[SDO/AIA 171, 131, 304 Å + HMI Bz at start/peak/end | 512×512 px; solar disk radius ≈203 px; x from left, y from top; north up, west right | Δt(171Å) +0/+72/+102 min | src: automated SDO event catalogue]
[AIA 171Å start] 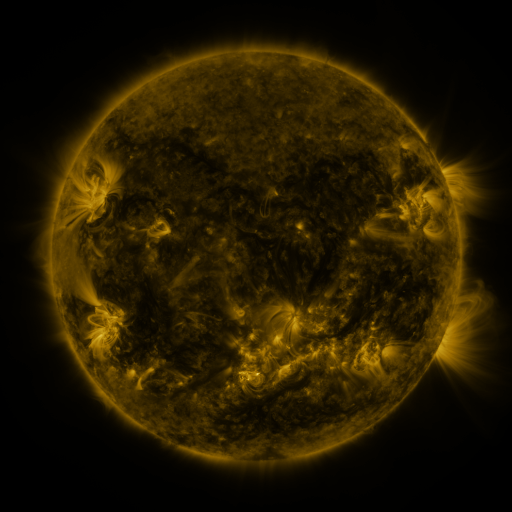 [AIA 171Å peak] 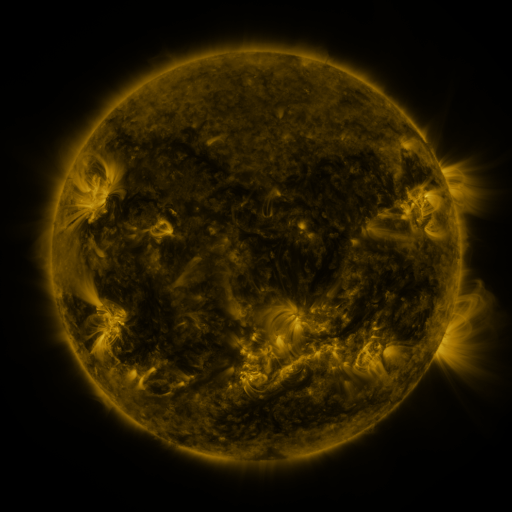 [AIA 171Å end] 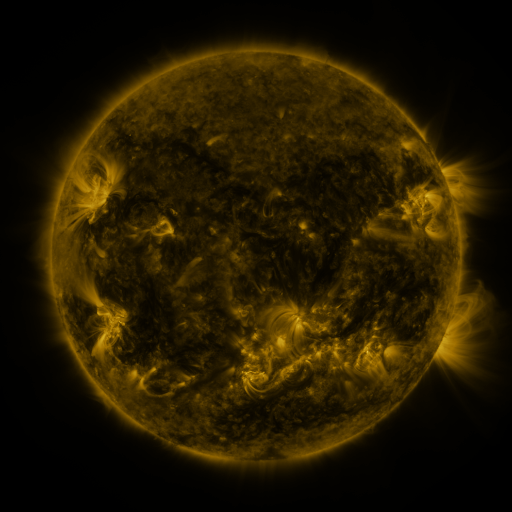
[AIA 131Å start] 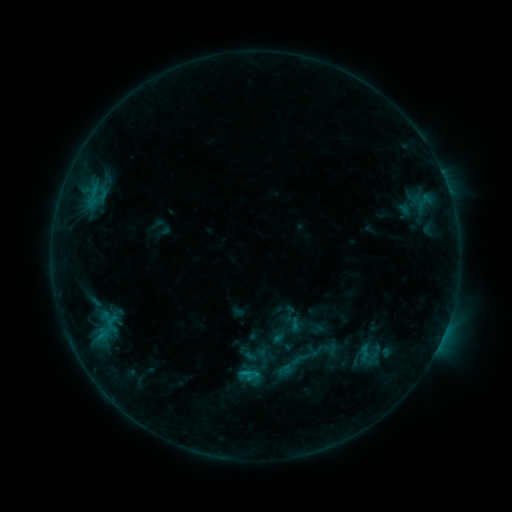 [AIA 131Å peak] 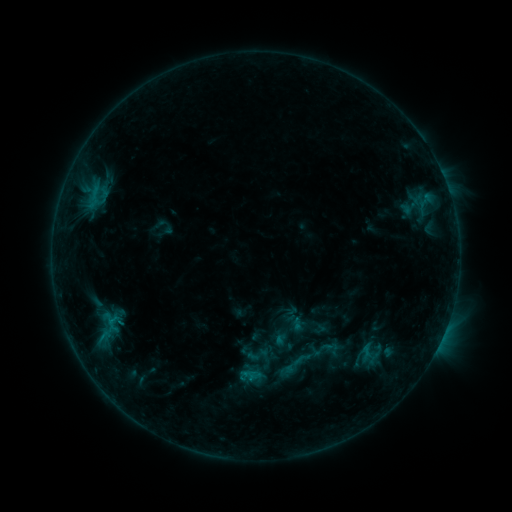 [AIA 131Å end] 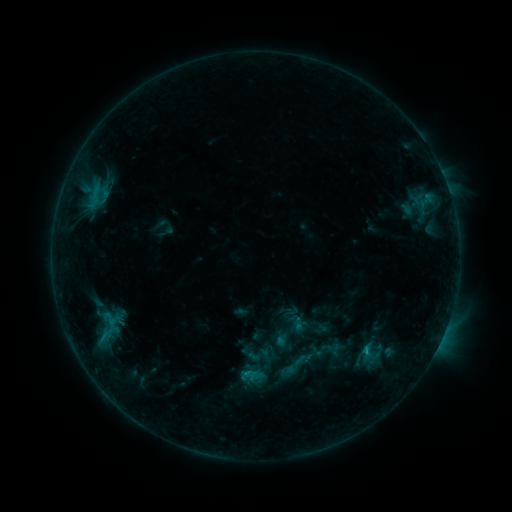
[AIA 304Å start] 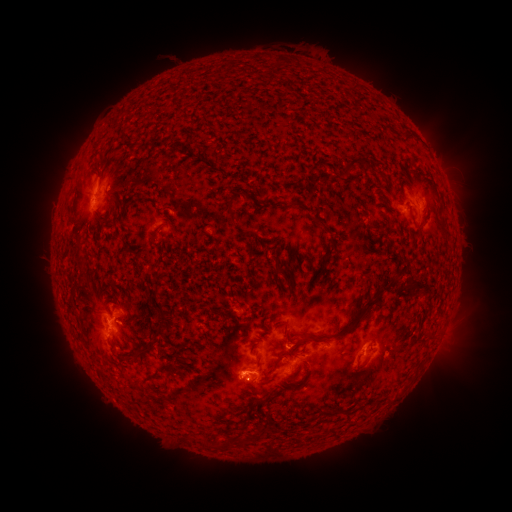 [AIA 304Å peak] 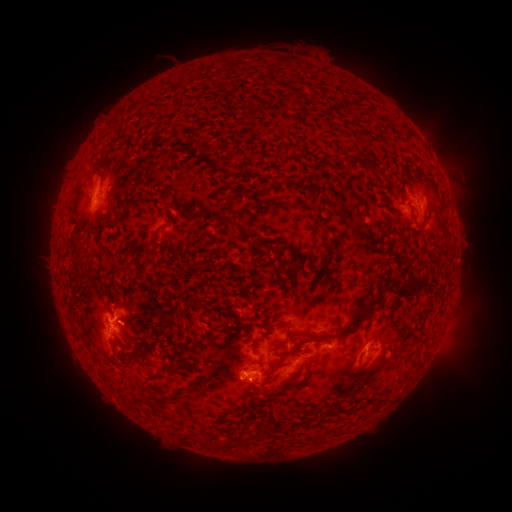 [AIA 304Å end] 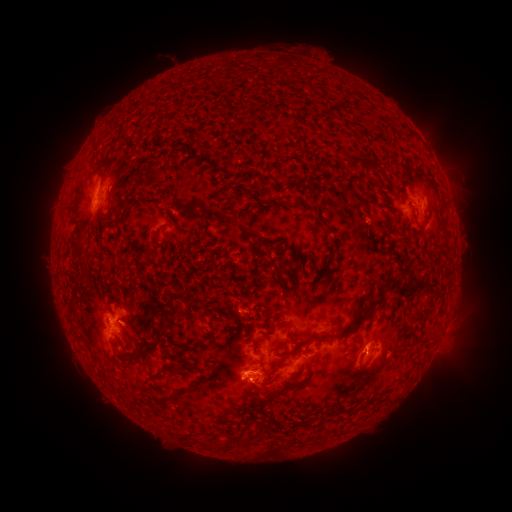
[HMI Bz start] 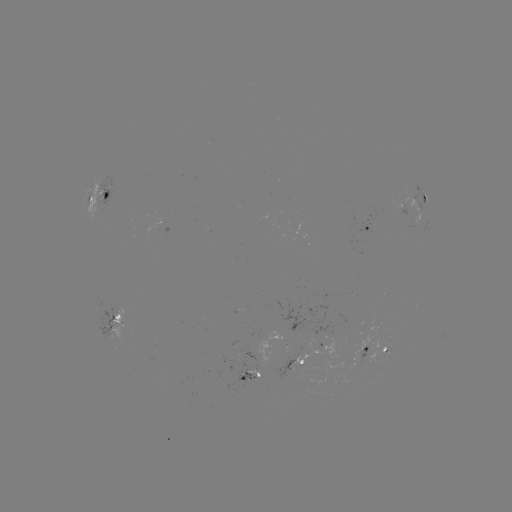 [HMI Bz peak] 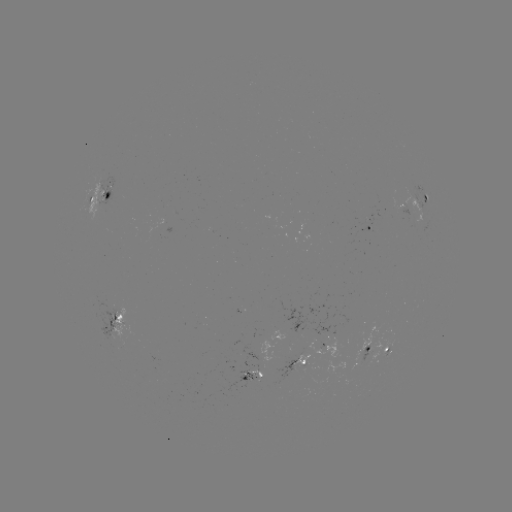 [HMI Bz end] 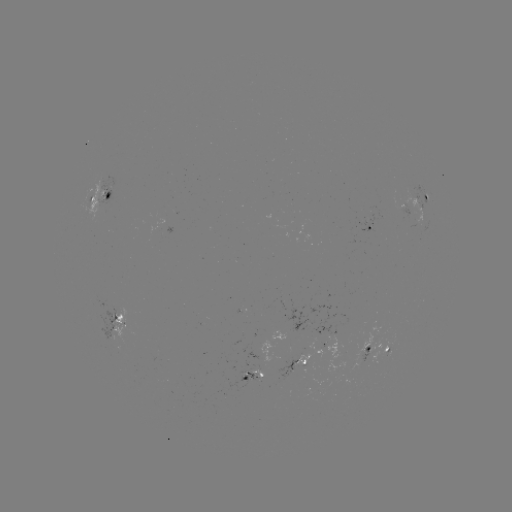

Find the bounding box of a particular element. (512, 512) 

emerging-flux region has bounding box [355, 217, 368, 225].